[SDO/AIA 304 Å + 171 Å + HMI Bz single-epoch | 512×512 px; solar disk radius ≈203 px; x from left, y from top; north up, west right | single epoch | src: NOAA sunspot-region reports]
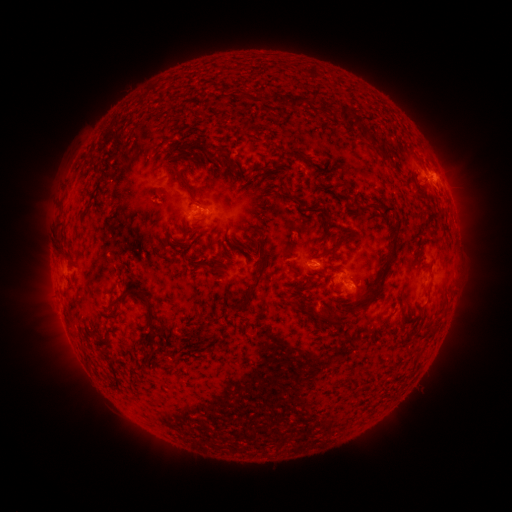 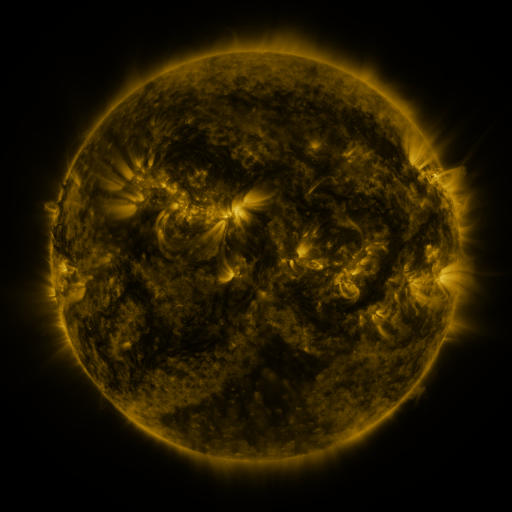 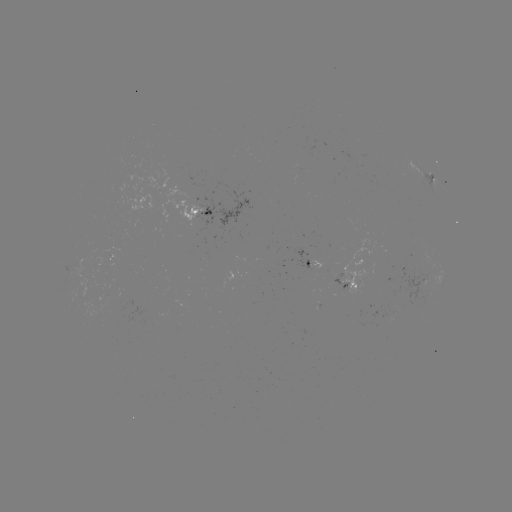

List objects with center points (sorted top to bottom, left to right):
spotted active region: (424, 169)
spotted active region: (203, 210)
spotted active region: (311, 263)
spotted active region: (348, 283)
